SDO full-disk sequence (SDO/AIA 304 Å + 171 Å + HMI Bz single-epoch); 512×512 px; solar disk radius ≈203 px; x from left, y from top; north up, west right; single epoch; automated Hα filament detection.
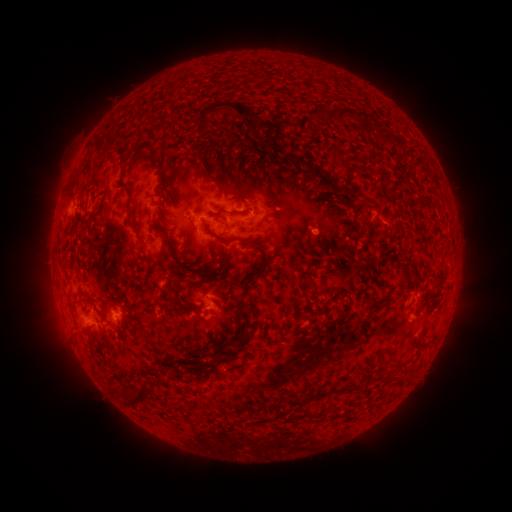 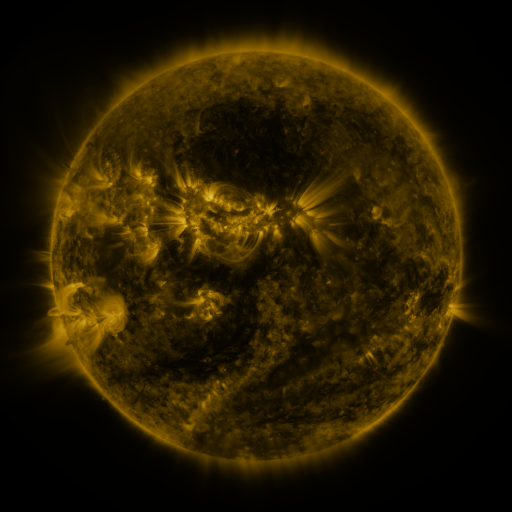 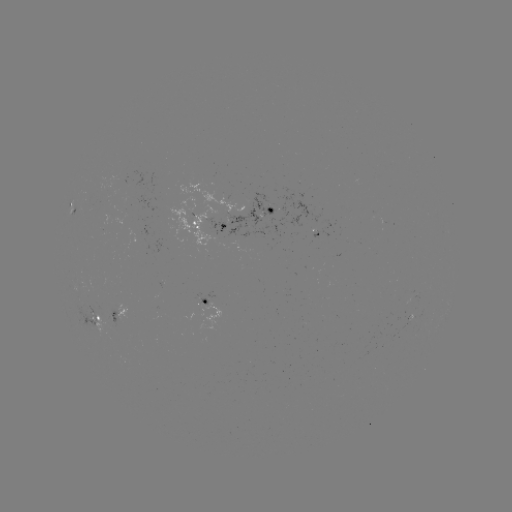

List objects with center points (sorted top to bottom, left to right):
filament: [195, 101, 261, 136]
filament: [328, 109, 350, 122]
filament: [299, 115, 312, 132]
filament: [244, 117, 258, 130]
filament: [363, 121, 374, 132]
filament: [380, 134, 395, 144]
filament: [119, 156, 126, 174]
filament: [305, 161, 318, 175]
filament: [412, 161, 422, 169]
filament: [211, 174, 253, 201]
filament: [267, 199, 278, 208]
filament: [124, 206, 133, 219]
filament: [212, 232, 235, 244]
filament: [362, 234, 381, 252]
filament: [299, 280, 308, 296]
filament: [79, 288, 96, 301]
filament: [365, 298, 379, 316]
filament: [234, 311, 250, 345]
filament: [153, 374, 163, 386]
filament: [125, 380, 149, 405]
filament: [337, 384, 346, 394]
filament: [312, 387, 326, 400]
filament: [285, 396, 299, 408]
